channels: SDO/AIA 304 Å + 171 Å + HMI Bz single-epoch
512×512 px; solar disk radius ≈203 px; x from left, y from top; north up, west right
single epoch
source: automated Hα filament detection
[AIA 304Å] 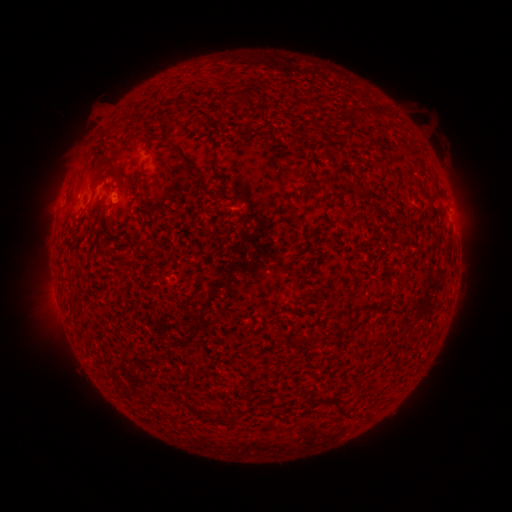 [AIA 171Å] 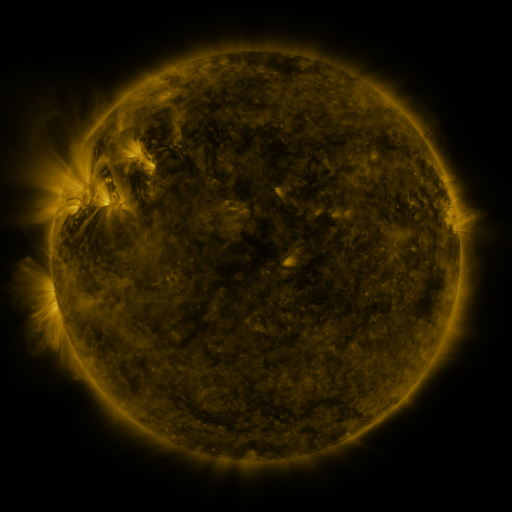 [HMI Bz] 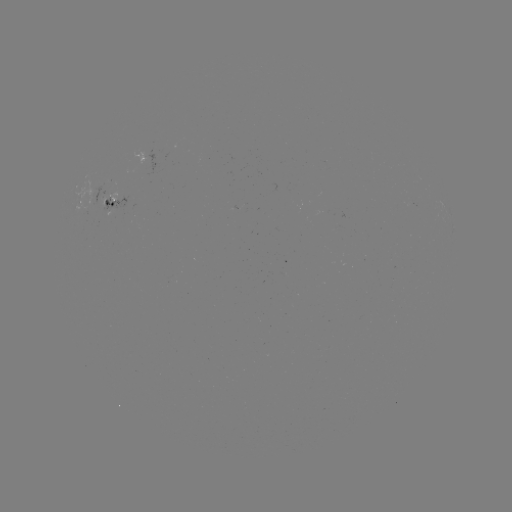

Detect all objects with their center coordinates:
filament: <bbox>219, 96, 226, 105</bbox>
filament: <bbox>361, 105, 371, 116</bbox>
filament: <bbox>169, 140, 191, 174</bbox>
filament: <bbox>395, 140, 406, 148</bbox>
filament: <bbox>109, 168, 125, 180</bbox>
filament: <bbox>103, 213, 115, 223</bbox>
filament: <bbox>101, 243, 111, 253</bbox>
filament: <bbox>120, 254, 130, 265</bbox>
filament: <bbox>344, 288, 354, 300</bbox>
filament: <bbox>381, 291, 397, 301</bbox>
filament: <bbox>296, 333, 322, 345</bbox>
filament: <bbox>329, 397, 353, 418</bbox>
filament: <bbox>185, 401, 205, 419</bbox>
